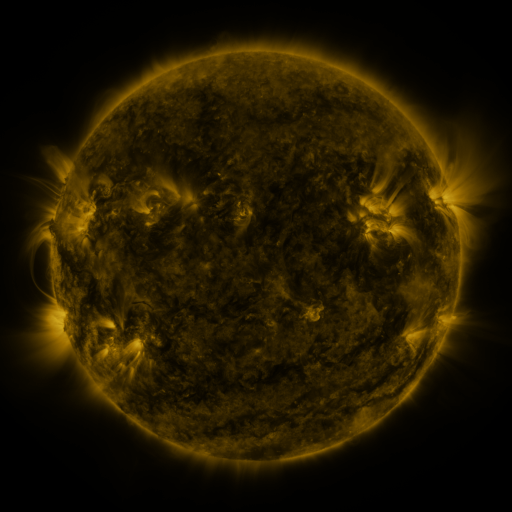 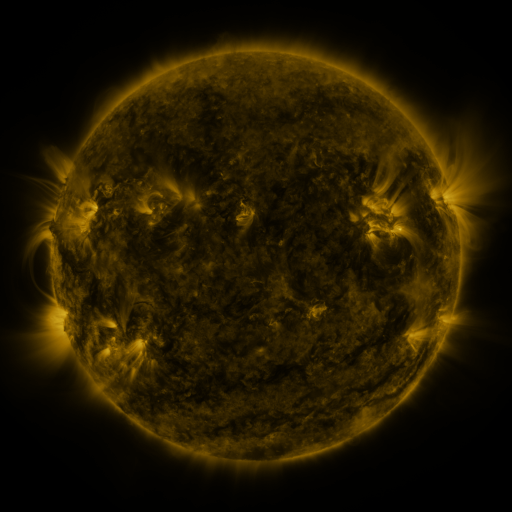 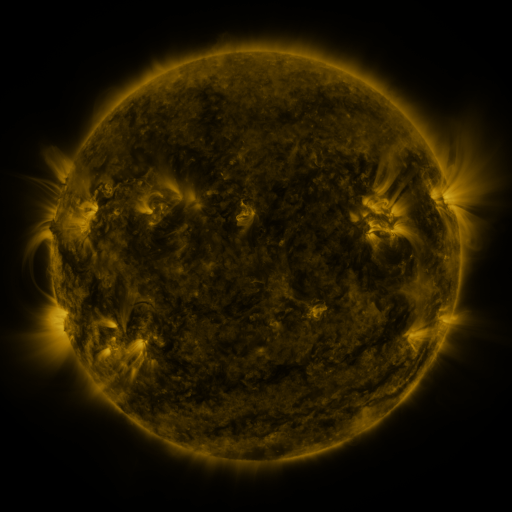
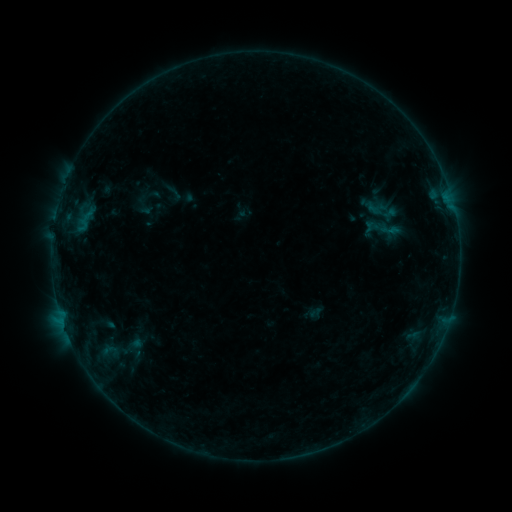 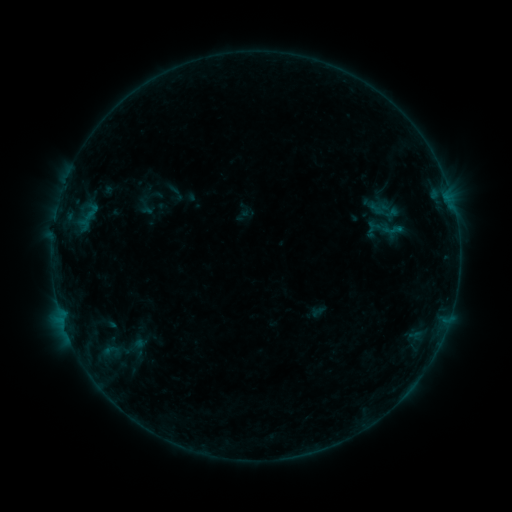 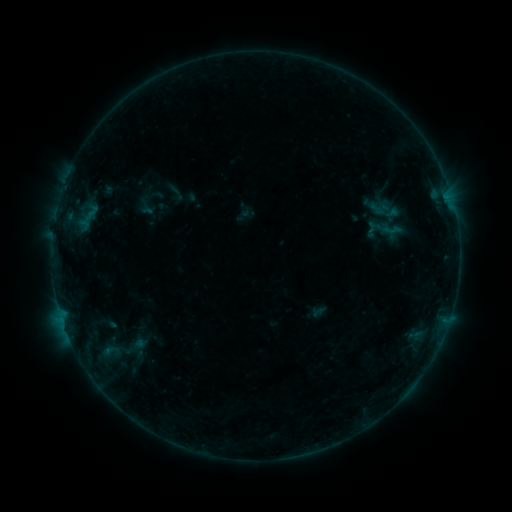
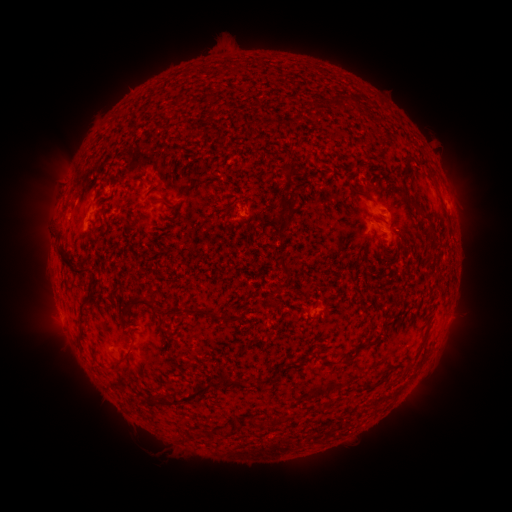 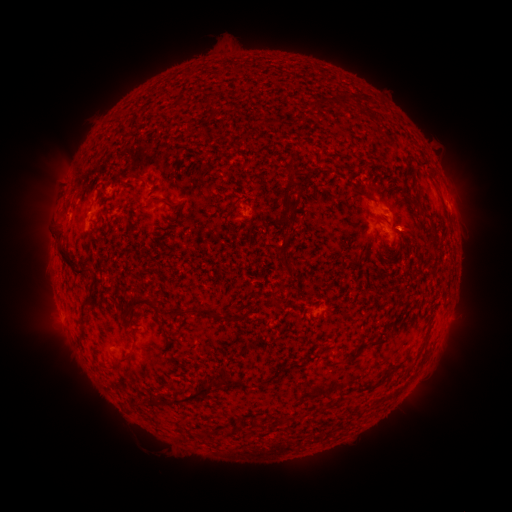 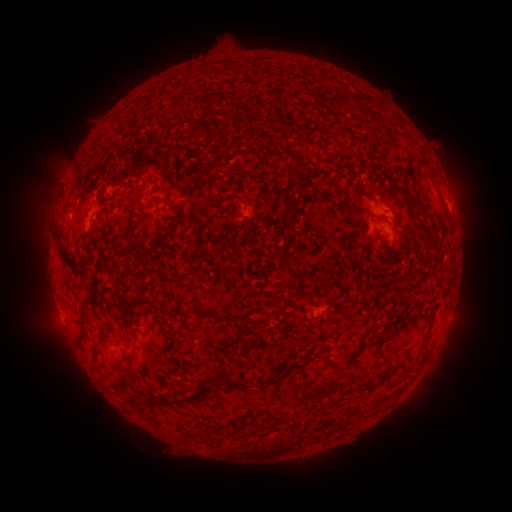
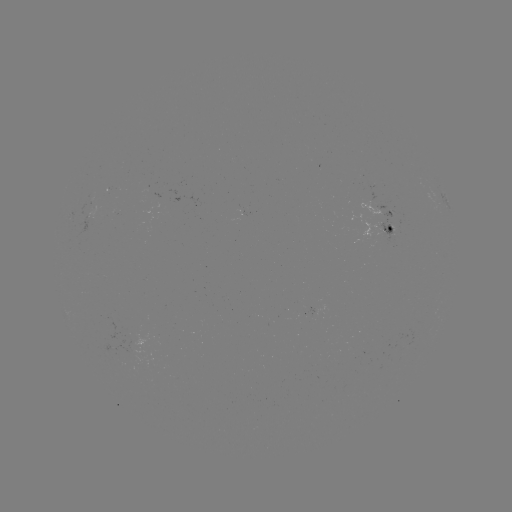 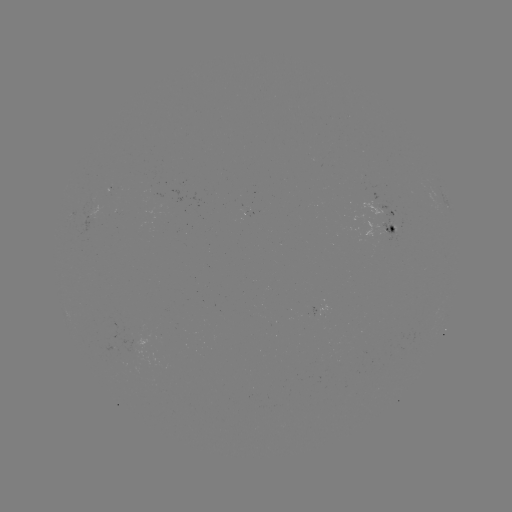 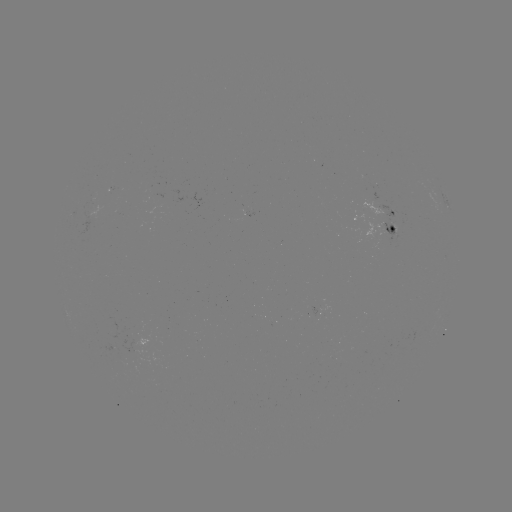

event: emerging-flux region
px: (112, 347)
